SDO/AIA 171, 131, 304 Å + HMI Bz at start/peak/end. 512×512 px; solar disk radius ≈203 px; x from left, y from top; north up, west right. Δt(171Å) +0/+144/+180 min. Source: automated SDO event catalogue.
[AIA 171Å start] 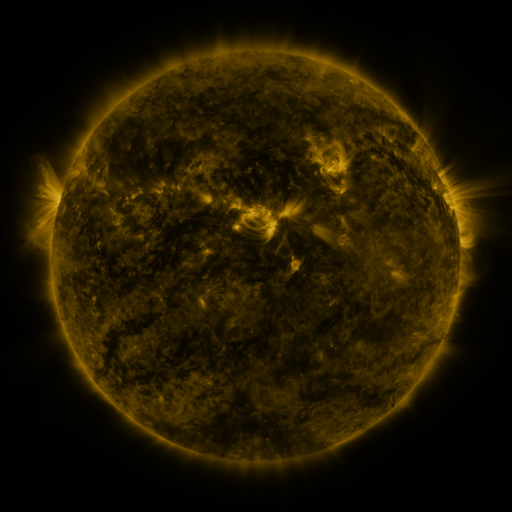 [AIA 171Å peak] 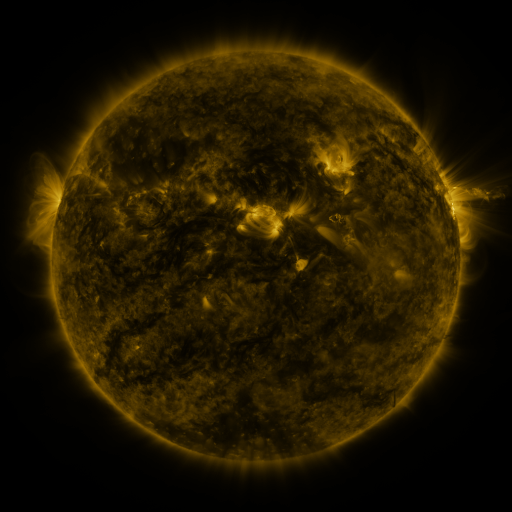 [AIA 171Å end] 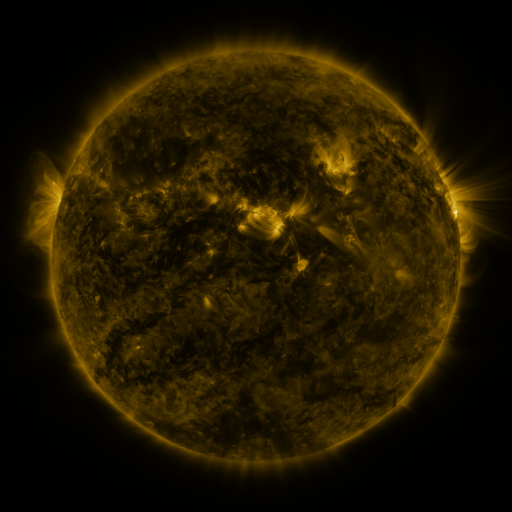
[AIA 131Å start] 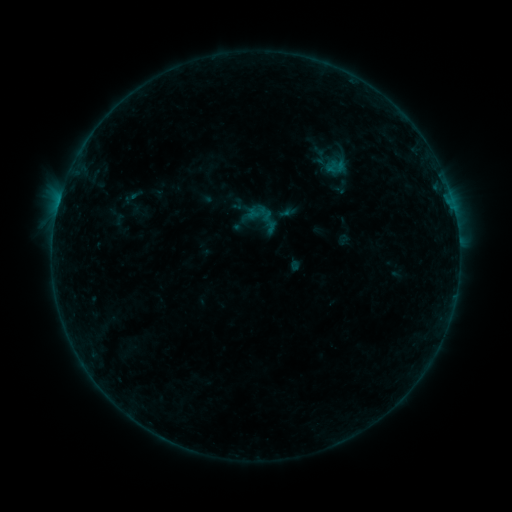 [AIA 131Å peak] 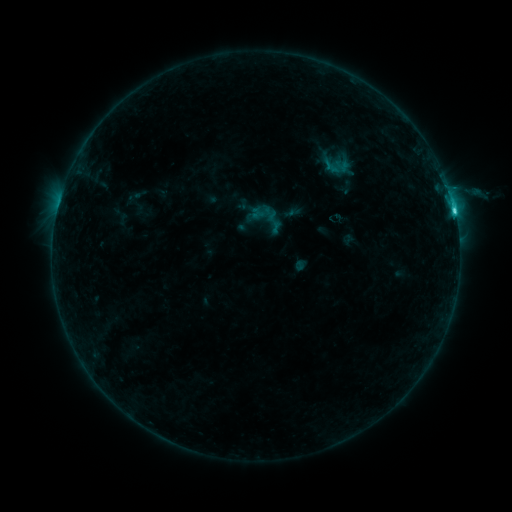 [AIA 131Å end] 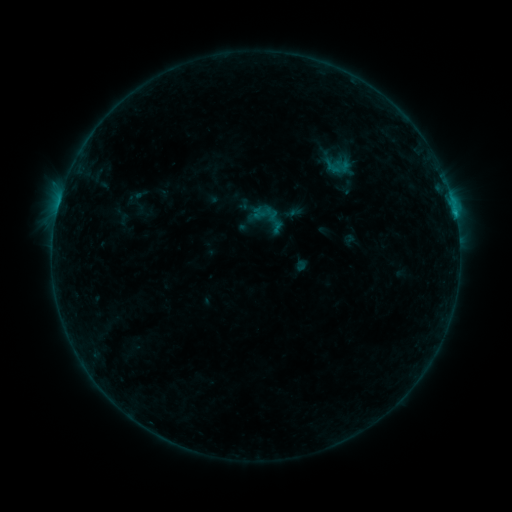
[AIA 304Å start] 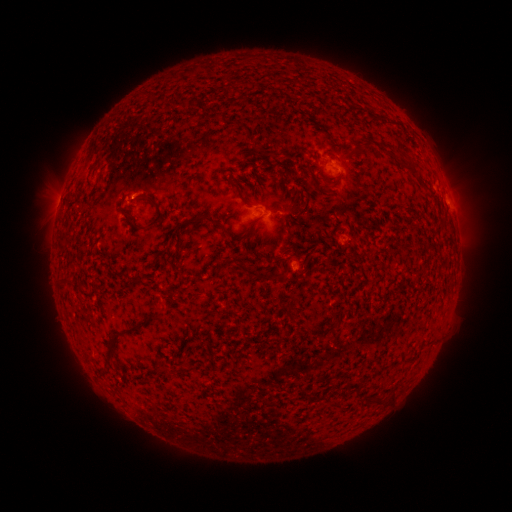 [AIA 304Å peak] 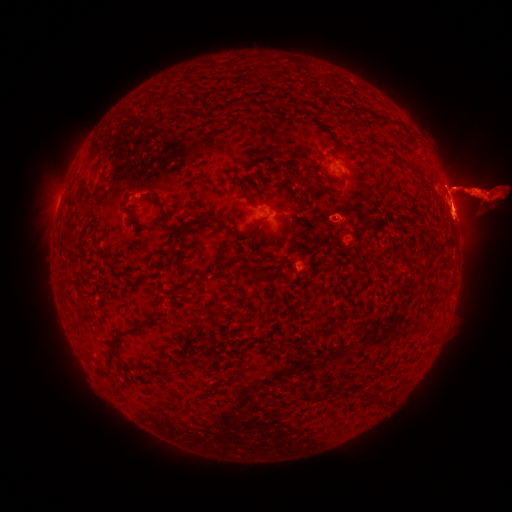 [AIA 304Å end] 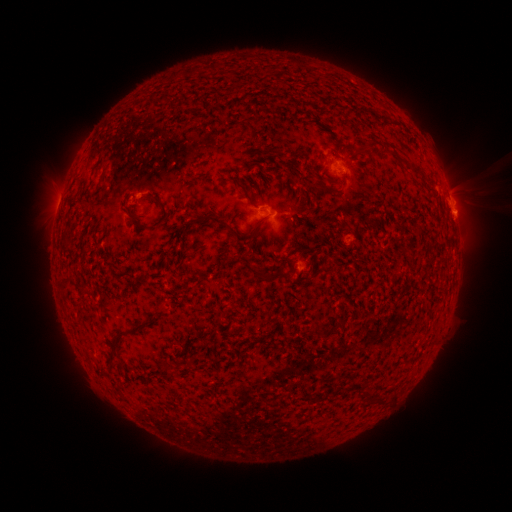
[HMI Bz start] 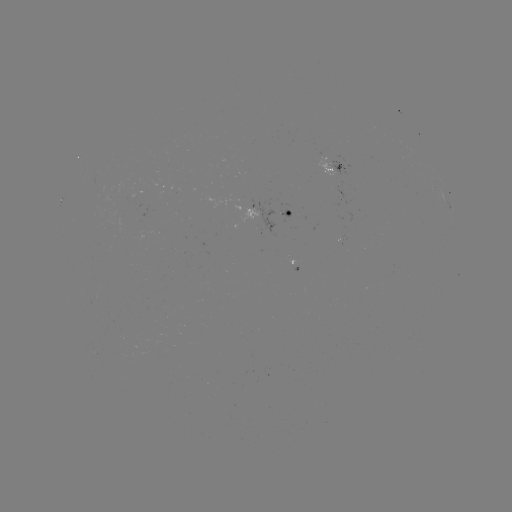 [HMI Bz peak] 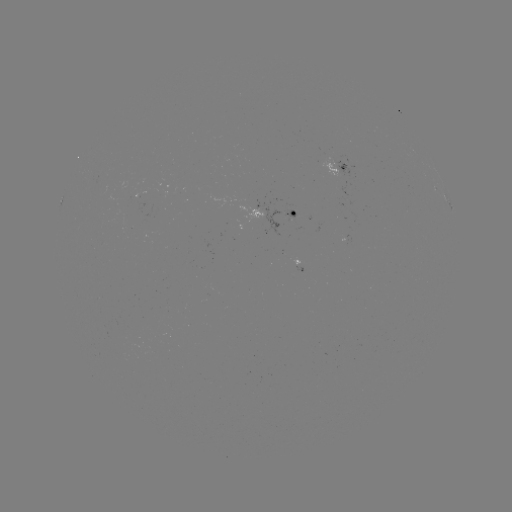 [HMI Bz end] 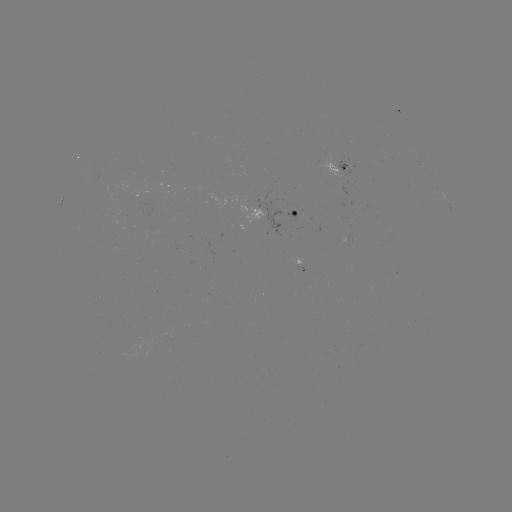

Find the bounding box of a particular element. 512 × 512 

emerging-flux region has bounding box [318, 156, 342, 178].